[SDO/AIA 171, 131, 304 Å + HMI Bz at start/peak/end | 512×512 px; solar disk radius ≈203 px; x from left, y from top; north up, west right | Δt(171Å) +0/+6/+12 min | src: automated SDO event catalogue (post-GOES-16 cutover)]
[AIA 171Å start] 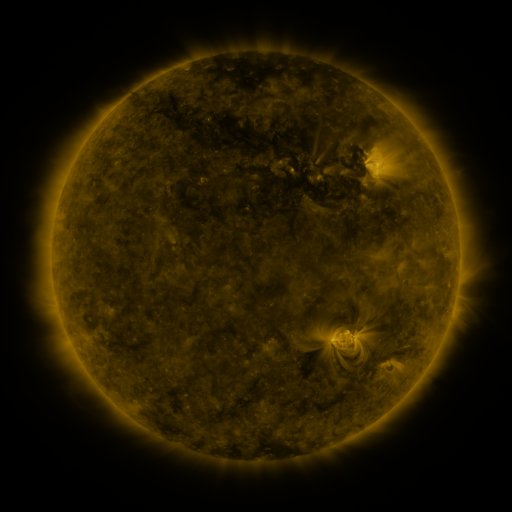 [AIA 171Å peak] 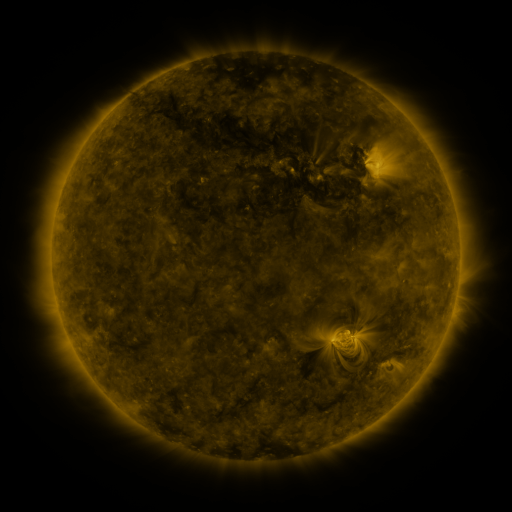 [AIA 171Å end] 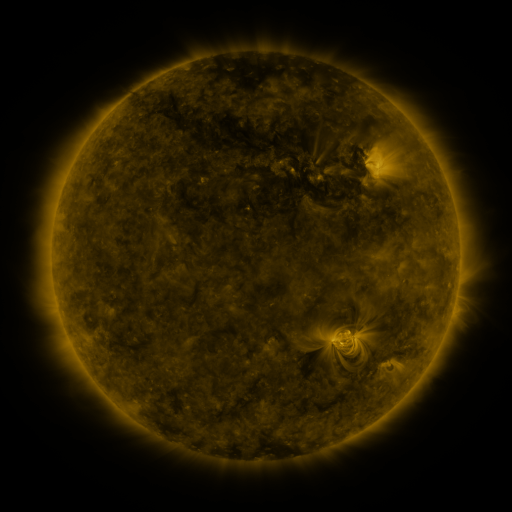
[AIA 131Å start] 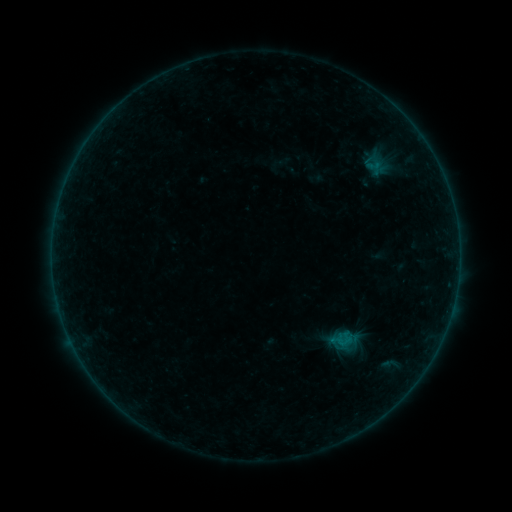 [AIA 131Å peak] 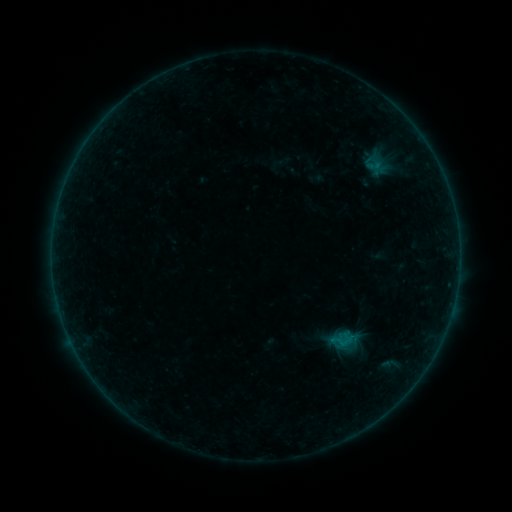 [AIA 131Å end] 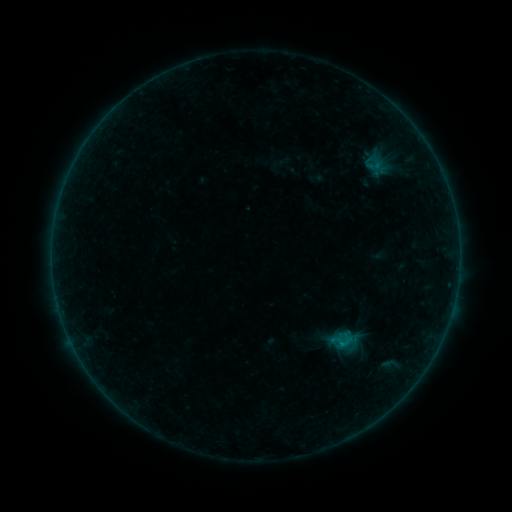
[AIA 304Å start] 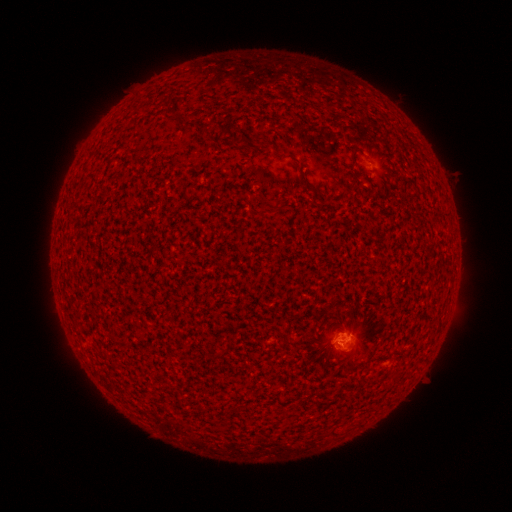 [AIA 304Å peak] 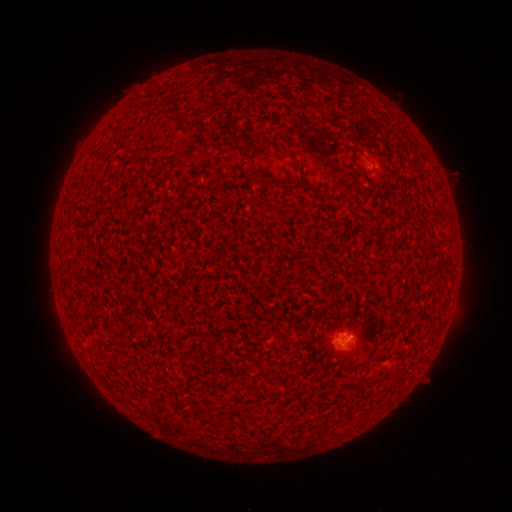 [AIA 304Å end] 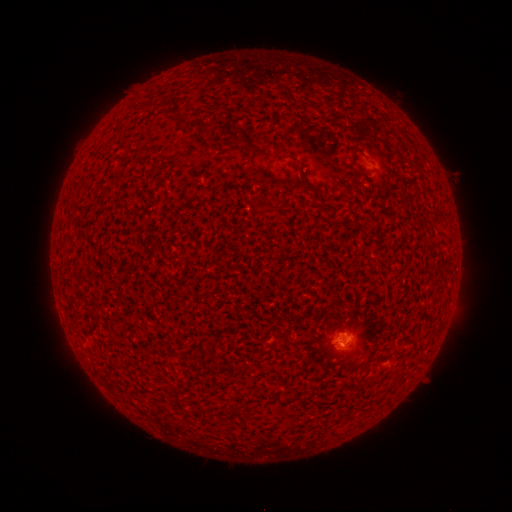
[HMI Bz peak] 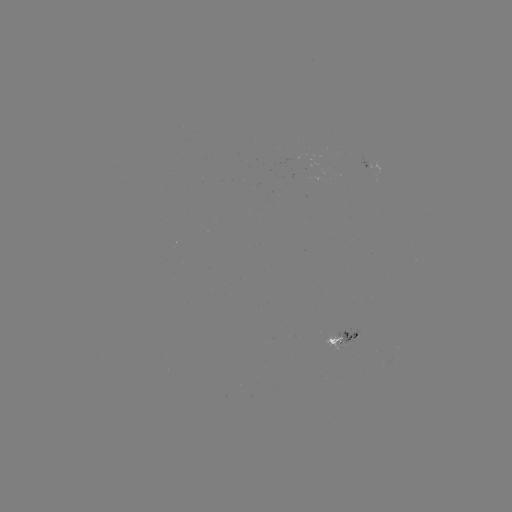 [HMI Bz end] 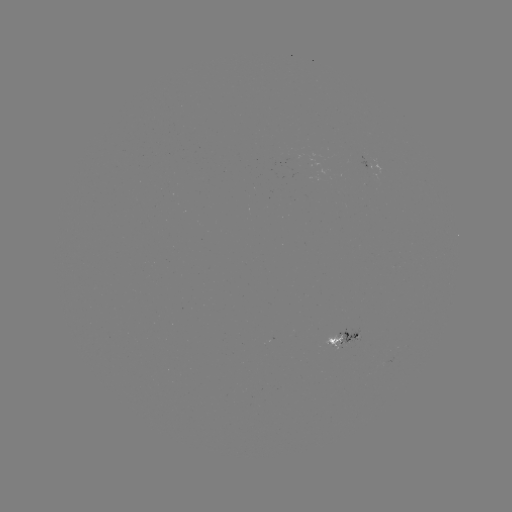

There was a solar flare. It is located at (342, 342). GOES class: B2.7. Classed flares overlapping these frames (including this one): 1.